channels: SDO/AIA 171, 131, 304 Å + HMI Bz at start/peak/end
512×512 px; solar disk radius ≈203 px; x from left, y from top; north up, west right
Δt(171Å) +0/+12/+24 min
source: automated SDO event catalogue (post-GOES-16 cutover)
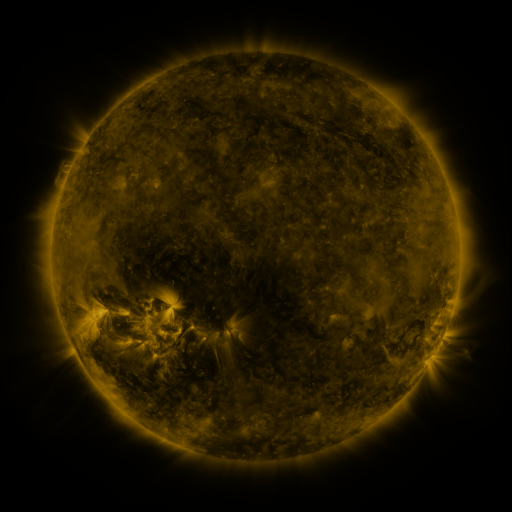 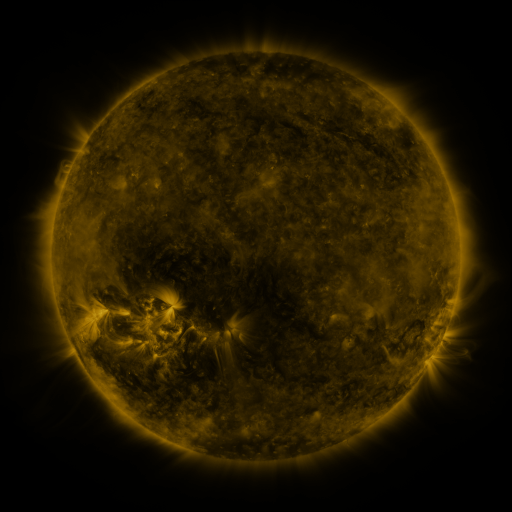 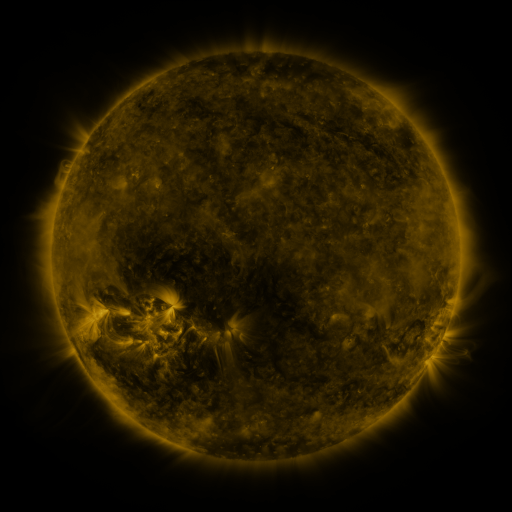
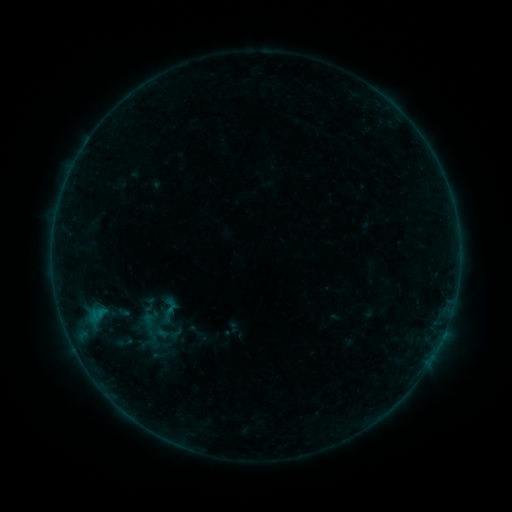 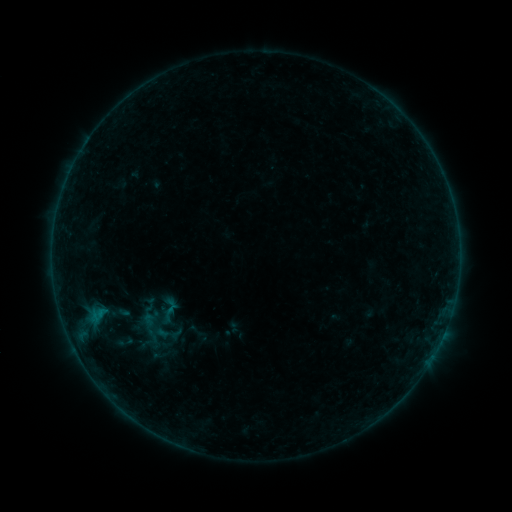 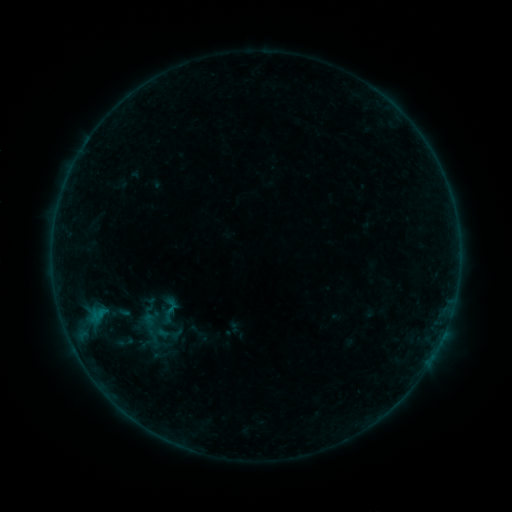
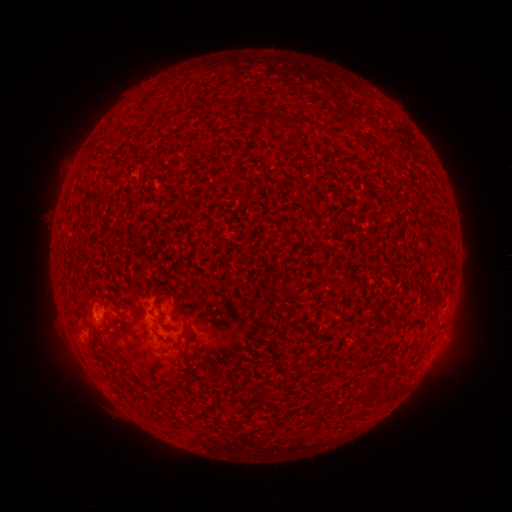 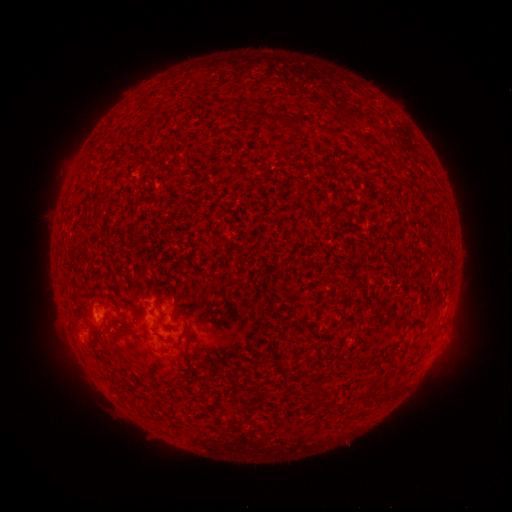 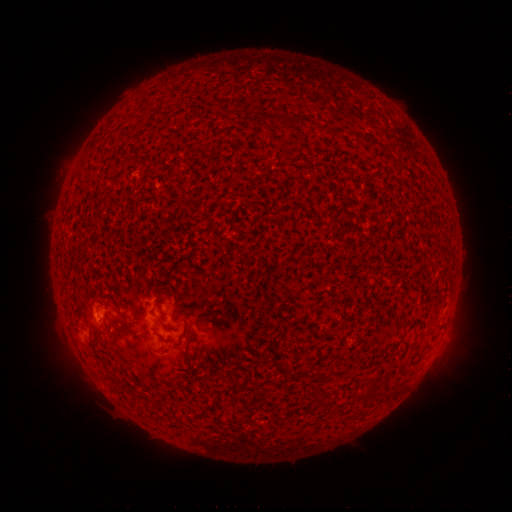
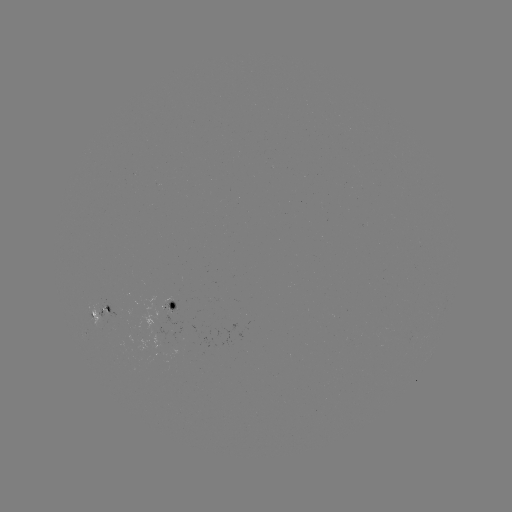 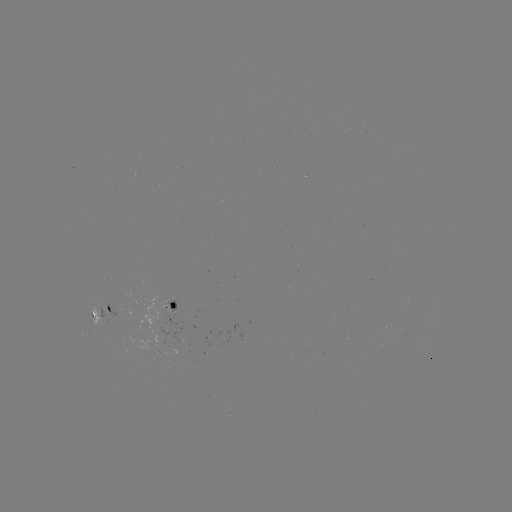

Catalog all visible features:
B1.6 flare: (99, 321)
